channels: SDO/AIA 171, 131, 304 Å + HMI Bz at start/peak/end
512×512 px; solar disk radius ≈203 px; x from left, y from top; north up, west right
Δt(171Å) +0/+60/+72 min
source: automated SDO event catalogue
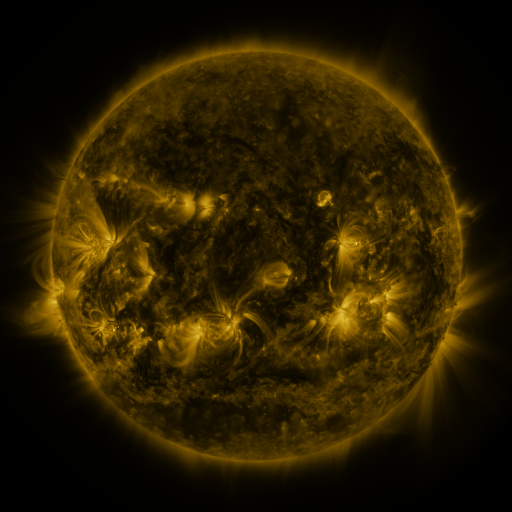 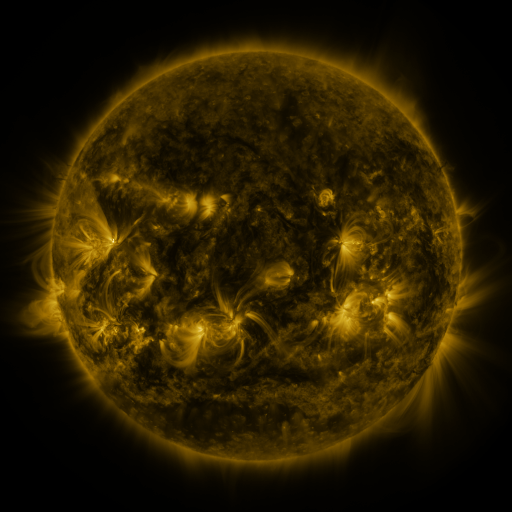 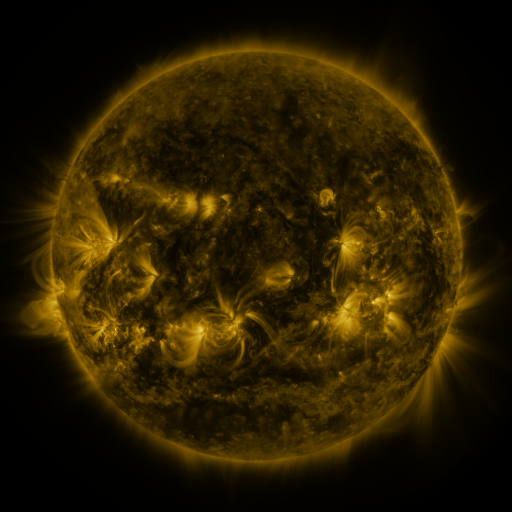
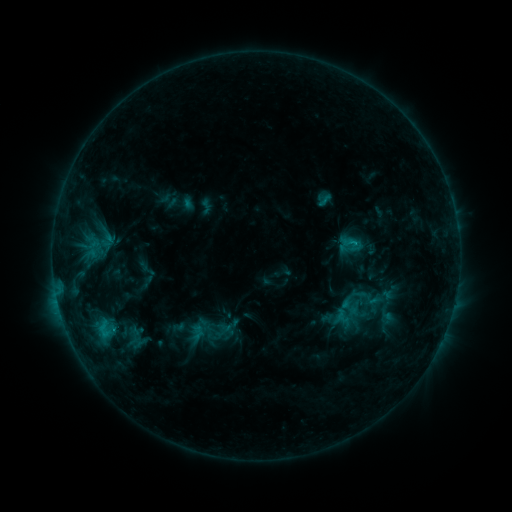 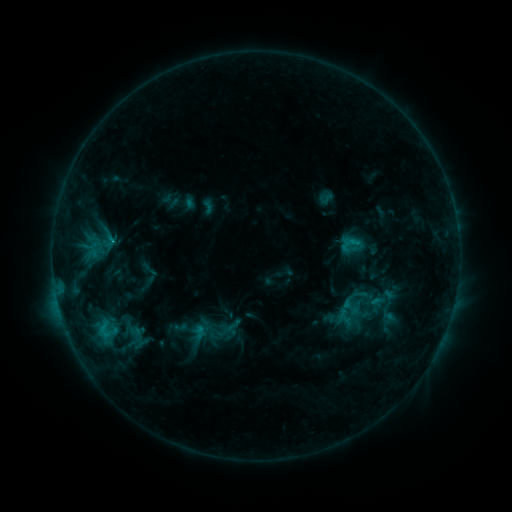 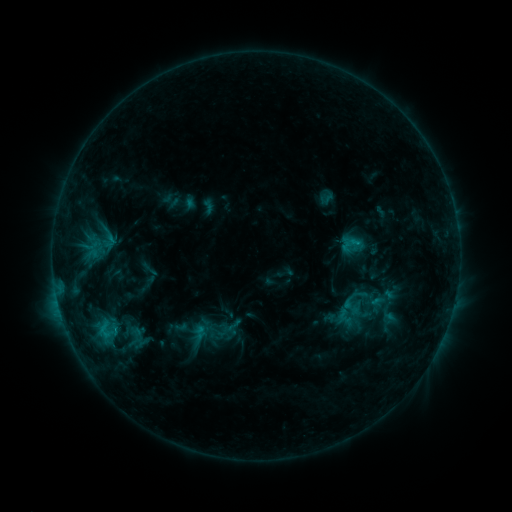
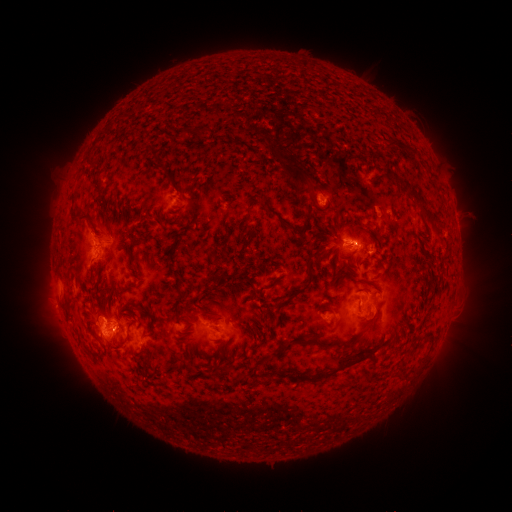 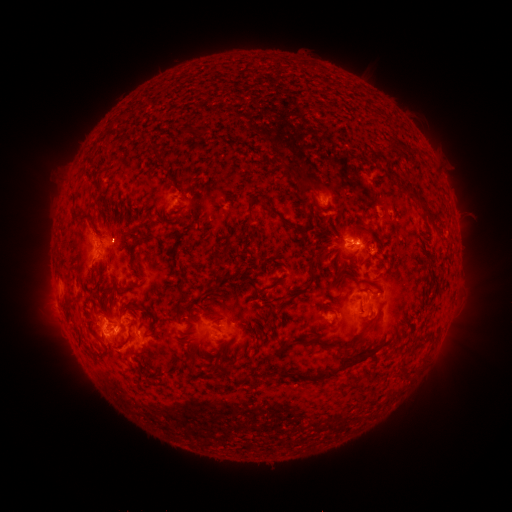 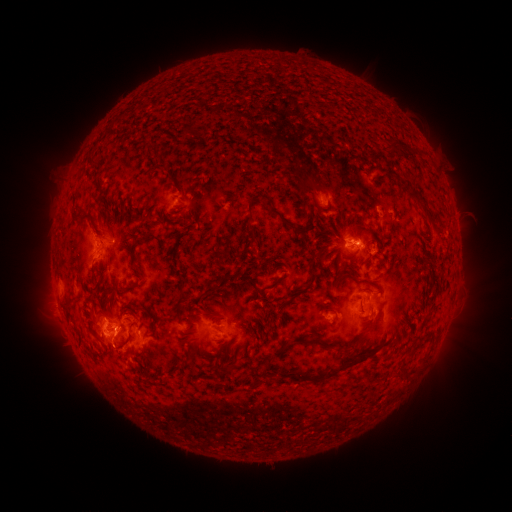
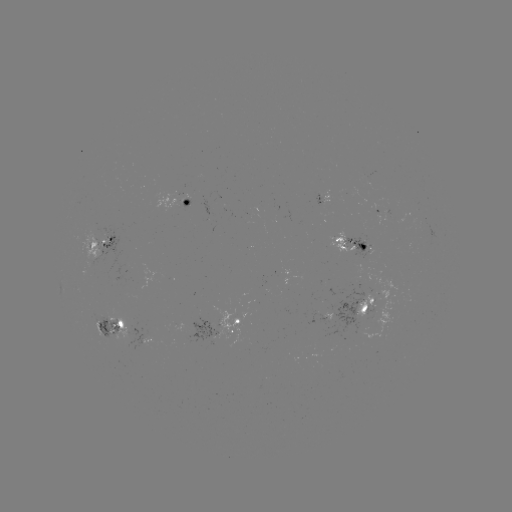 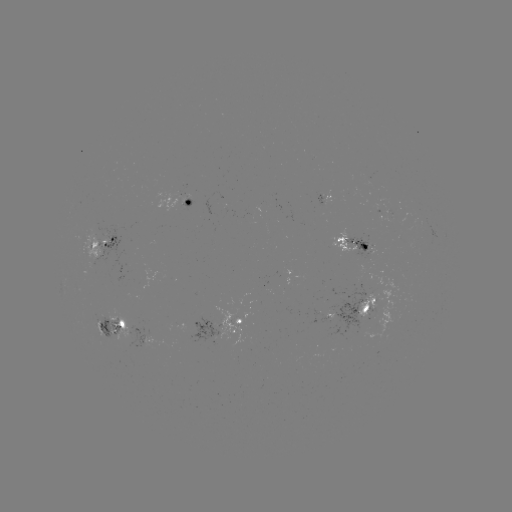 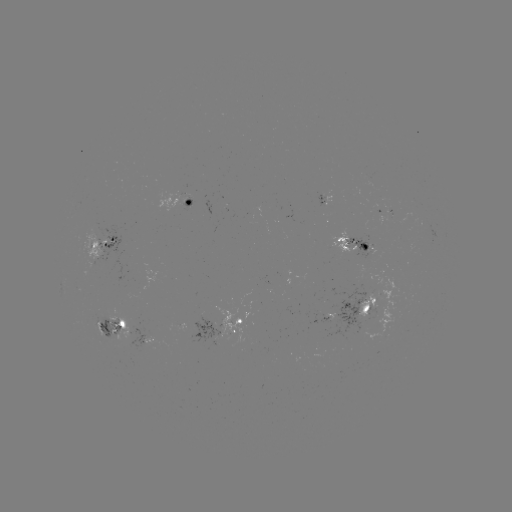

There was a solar emerging-flux region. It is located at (330, 321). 